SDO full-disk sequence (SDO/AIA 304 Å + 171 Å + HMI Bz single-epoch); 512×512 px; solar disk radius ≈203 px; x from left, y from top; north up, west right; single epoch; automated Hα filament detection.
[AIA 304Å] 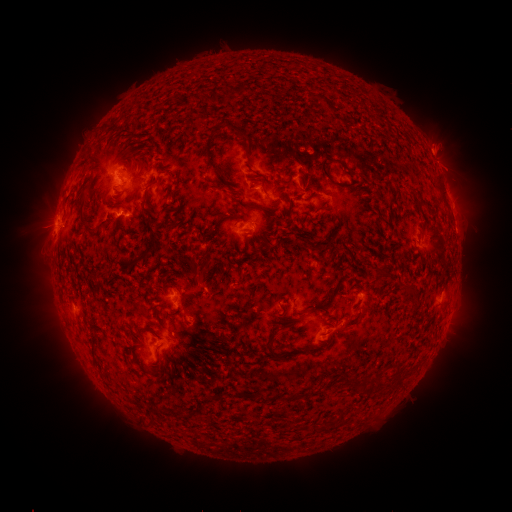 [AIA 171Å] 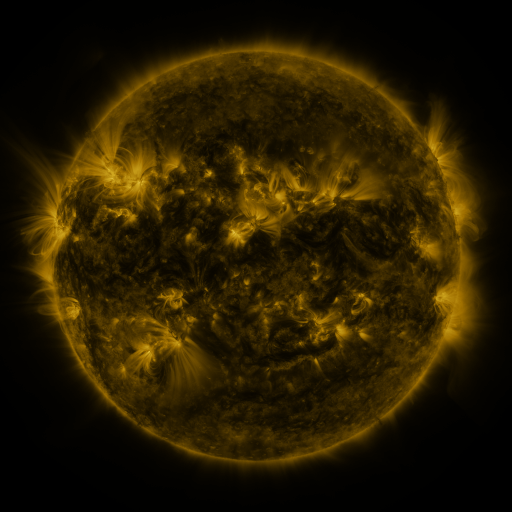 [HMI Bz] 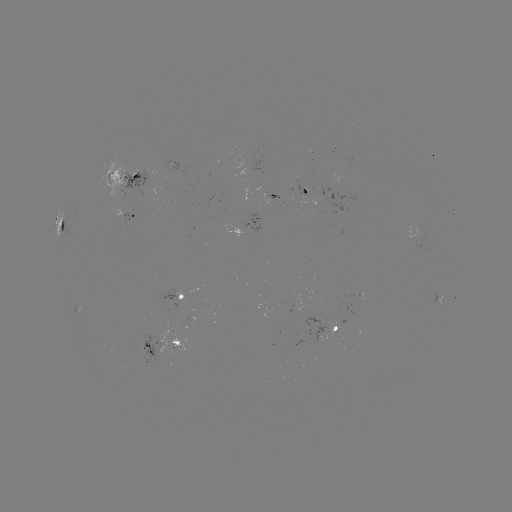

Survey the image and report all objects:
filament: [227, 84, 247, 98]
filament: [317, 93, 335, 111]
filament: [203, 124, 227, 185]
filament: [231, 127, 249, 143]
filament: [319, 157, 329, 178]
filament: [333, 157, 352, 172]
filament: [433, 176, 447, 206]
filament: [259, 184, 267, 195]
filament: [410, 187, 421, 201]
filament: [168, 188, 175, 199]
filament: [78, 198, 95, 236]
filament: [137, 220, 159, 263]
filament: [377, 266, 392, 278]
filament: [267, 339, 285, 360]
filament: [393, 373, 404, 384]
filament: [363, 374, 372, 383]
filament: [346, 375, 363, 388]
filament: [310, 387, 319, 395]
filament: [177, 409, 188, 420]
filament: [322, 416, 331, 426]
